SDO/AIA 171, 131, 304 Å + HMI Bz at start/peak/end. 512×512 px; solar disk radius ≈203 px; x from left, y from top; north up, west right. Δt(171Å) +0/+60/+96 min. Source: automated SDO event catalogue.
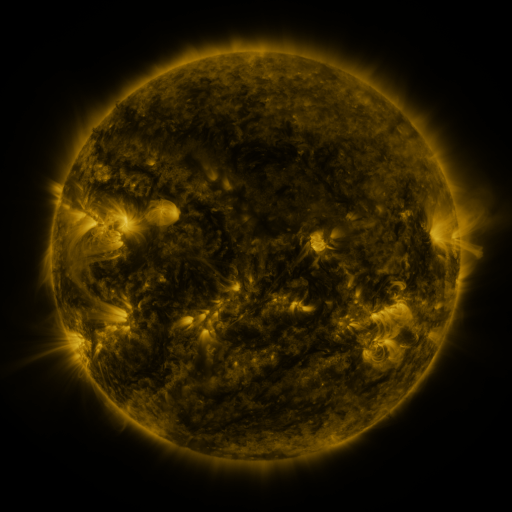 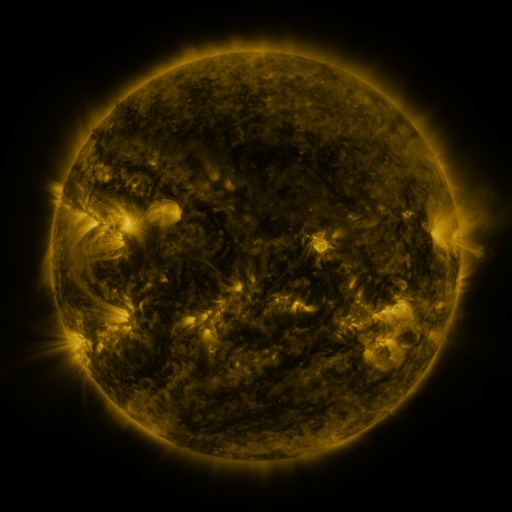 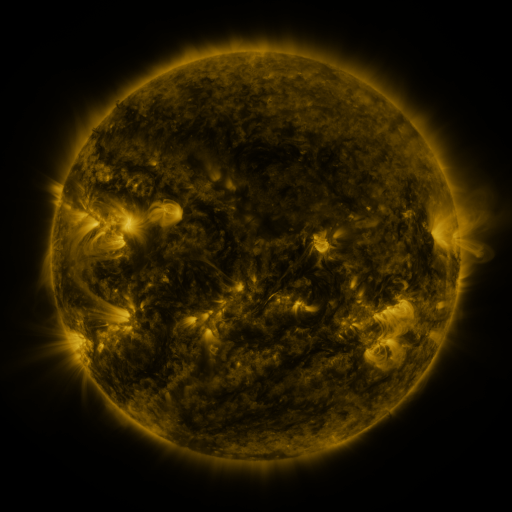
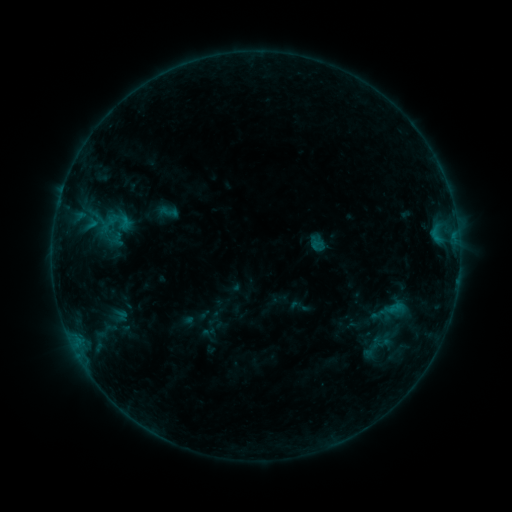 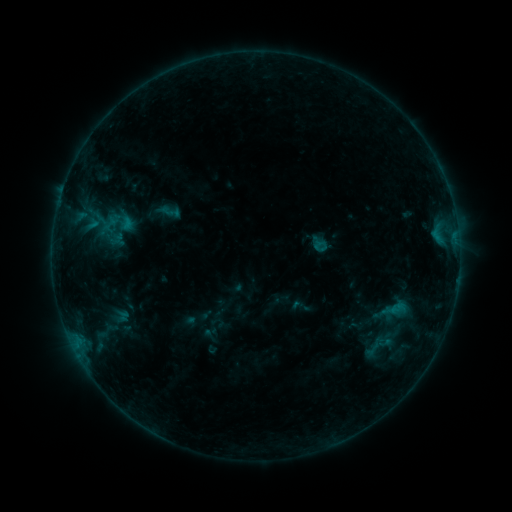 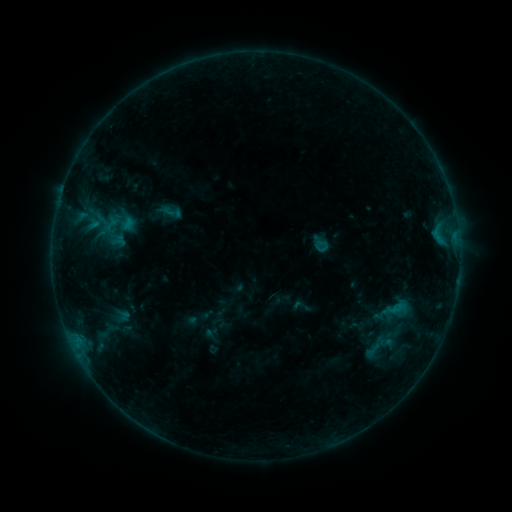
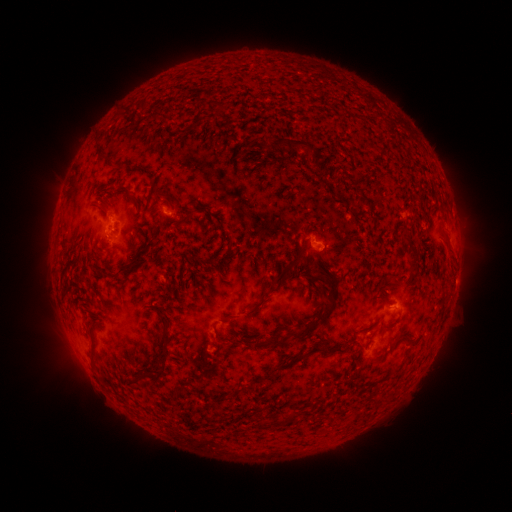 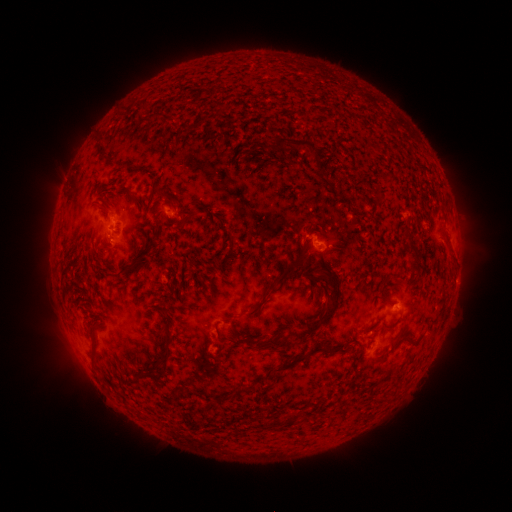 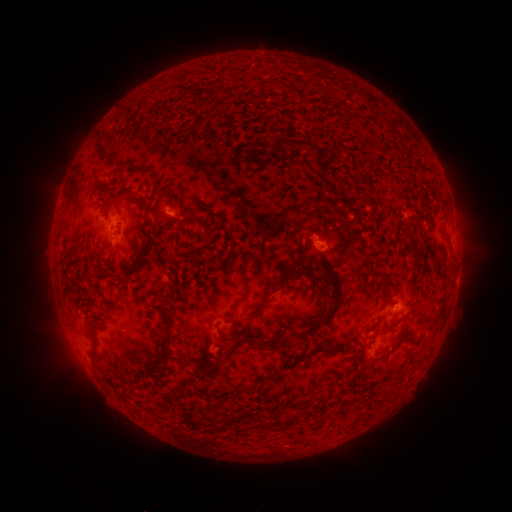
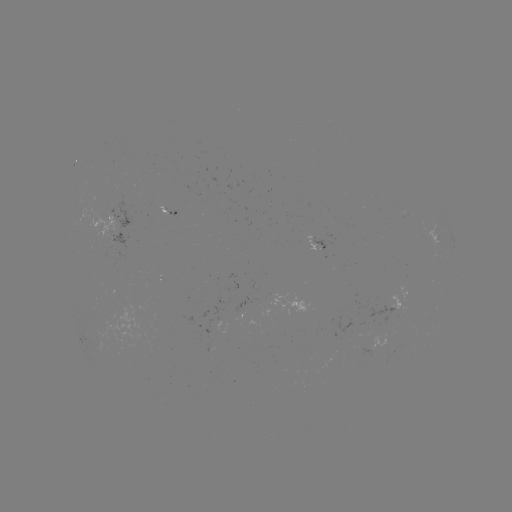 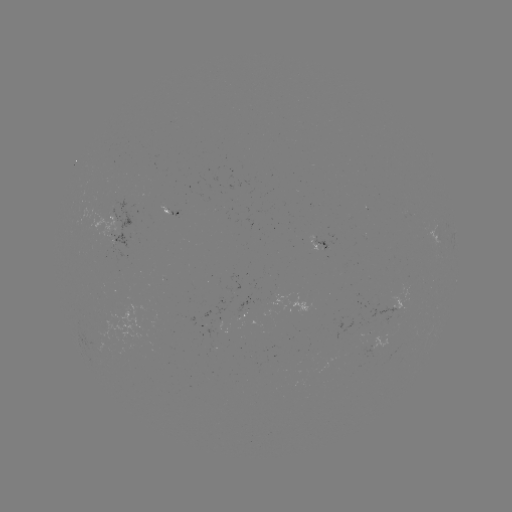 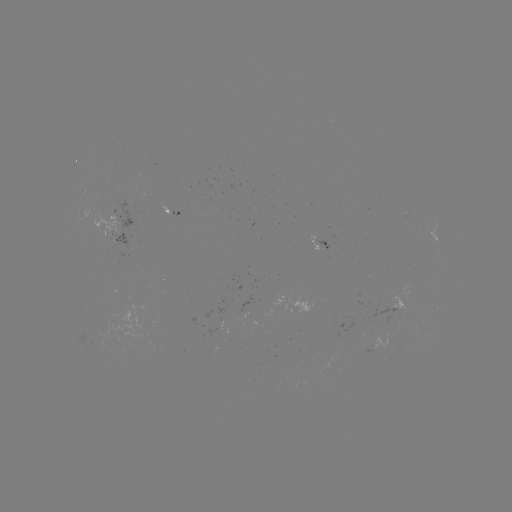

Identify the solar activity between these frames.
emerging-flux region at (117, 216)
